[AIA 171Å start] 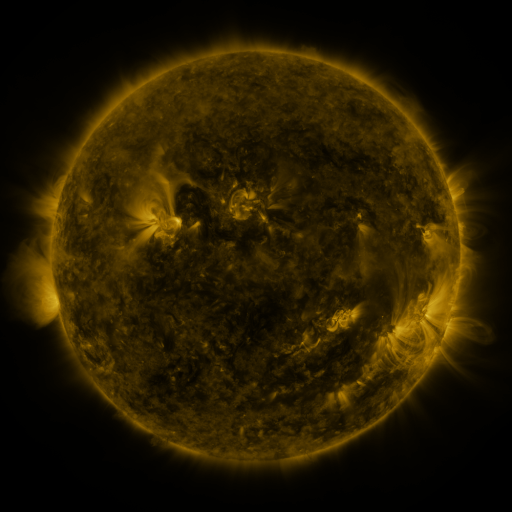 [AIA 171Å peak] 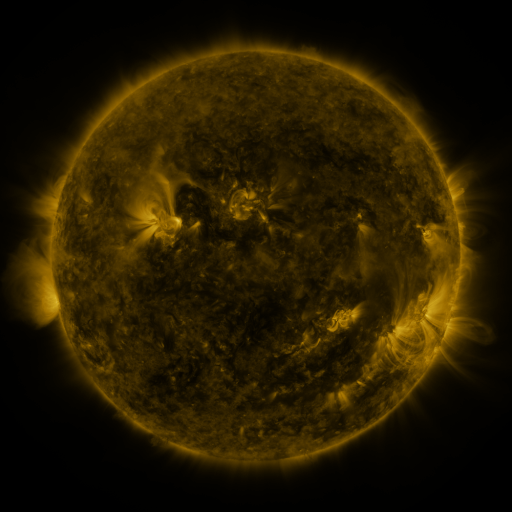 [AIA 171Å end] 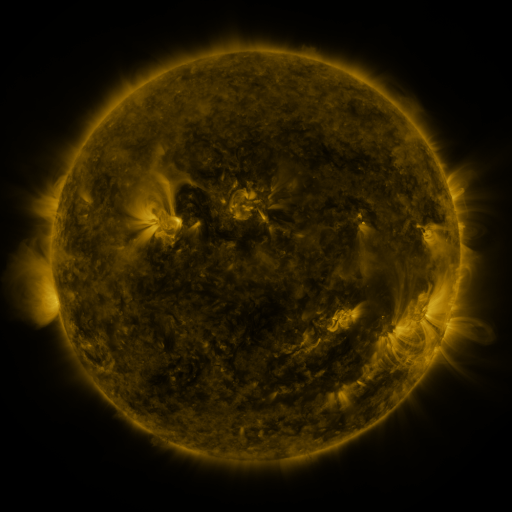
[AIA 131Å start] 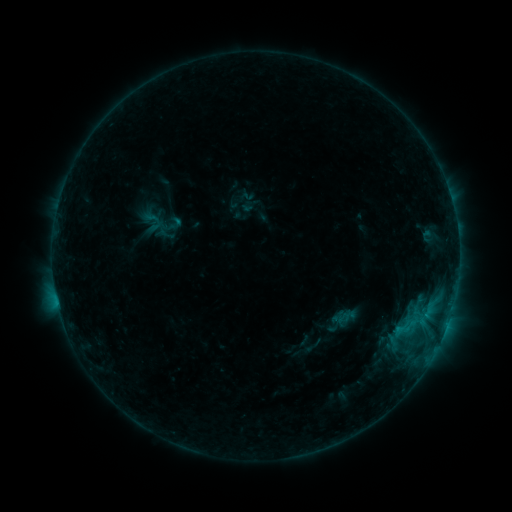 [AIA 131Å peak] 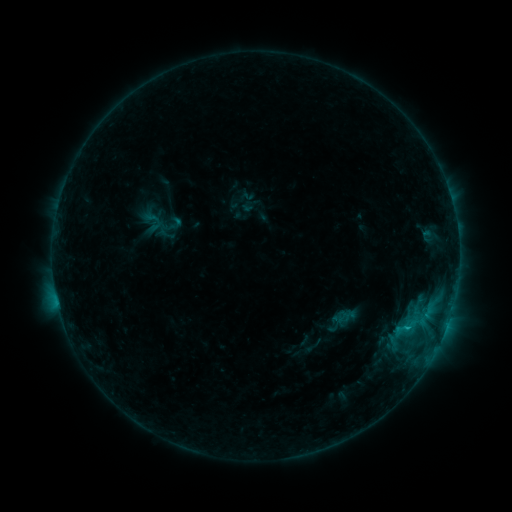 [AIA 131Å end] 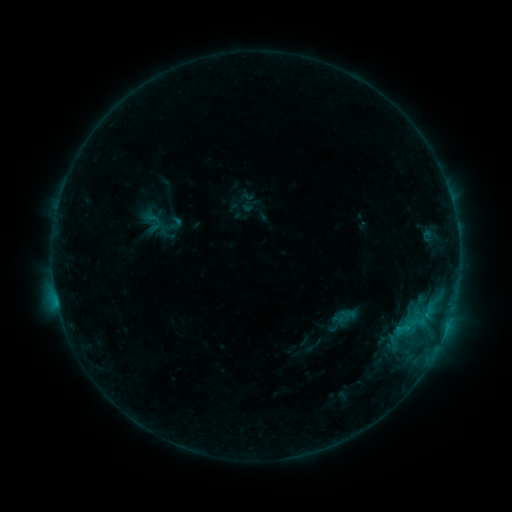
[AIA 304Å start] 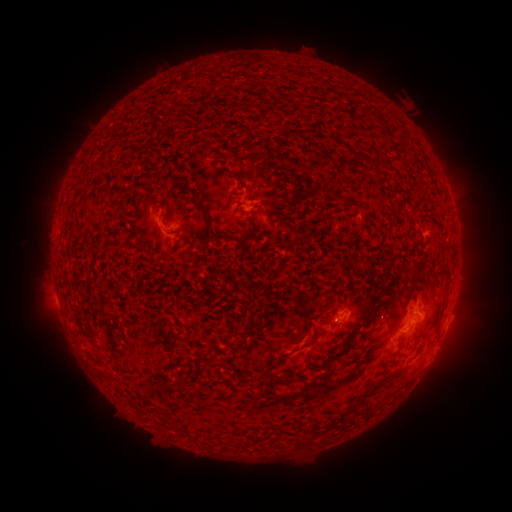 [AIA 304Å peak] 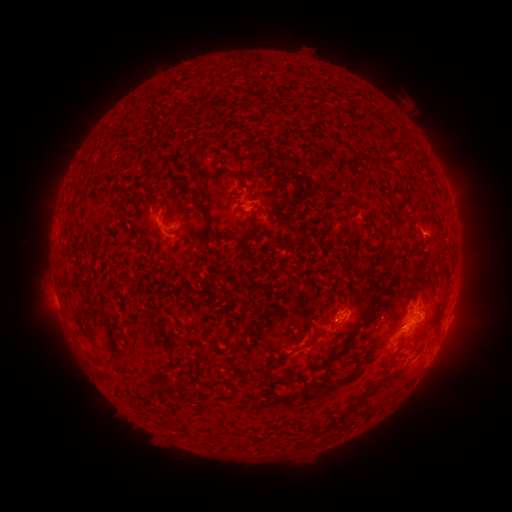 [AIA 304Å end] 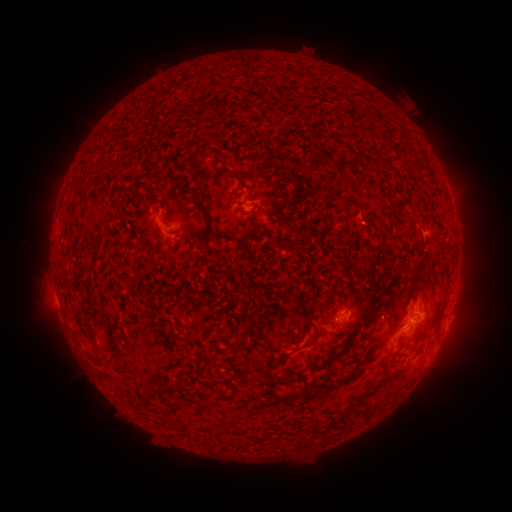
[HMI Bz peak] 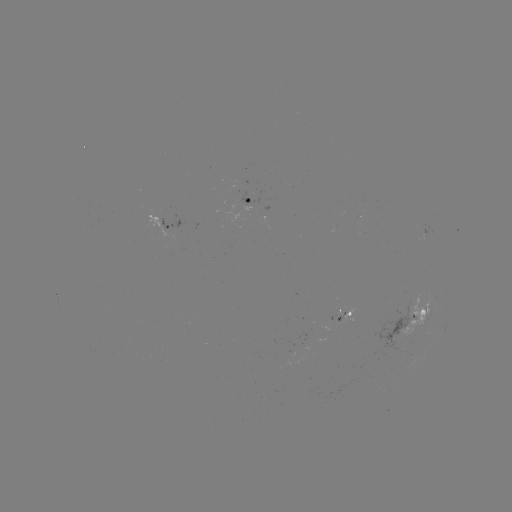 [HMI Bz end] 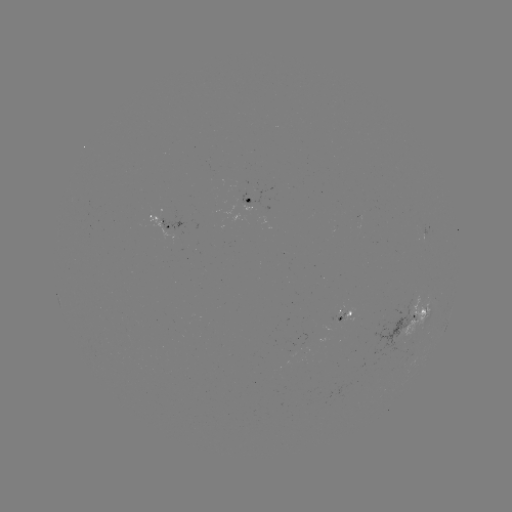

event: flare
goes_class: B8.9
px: (405, 327)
